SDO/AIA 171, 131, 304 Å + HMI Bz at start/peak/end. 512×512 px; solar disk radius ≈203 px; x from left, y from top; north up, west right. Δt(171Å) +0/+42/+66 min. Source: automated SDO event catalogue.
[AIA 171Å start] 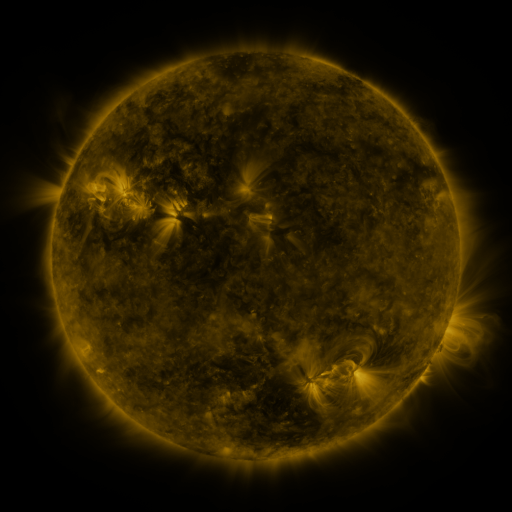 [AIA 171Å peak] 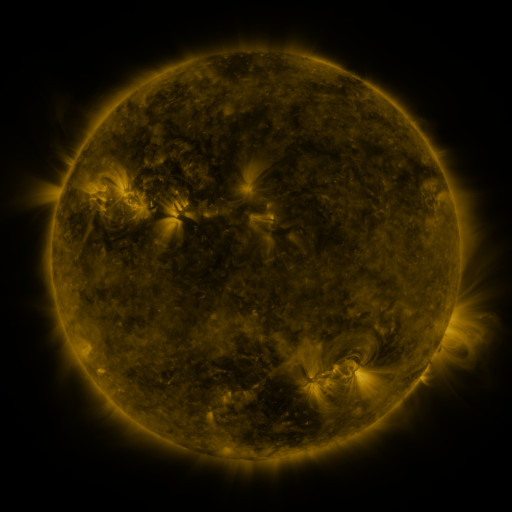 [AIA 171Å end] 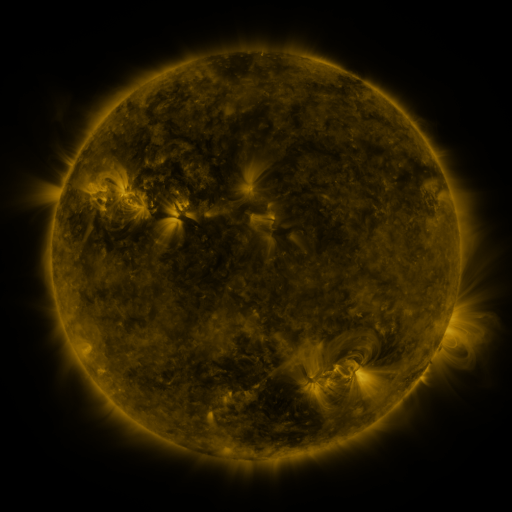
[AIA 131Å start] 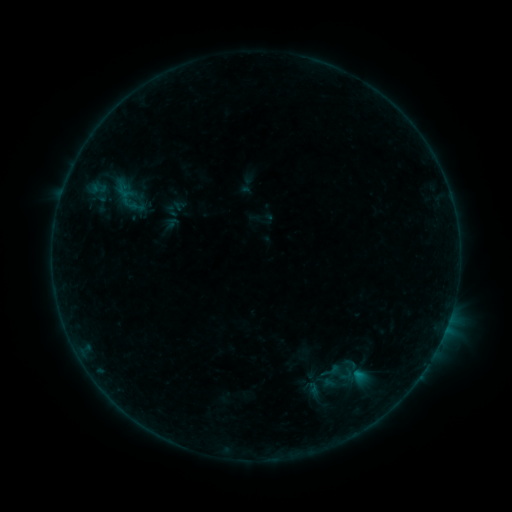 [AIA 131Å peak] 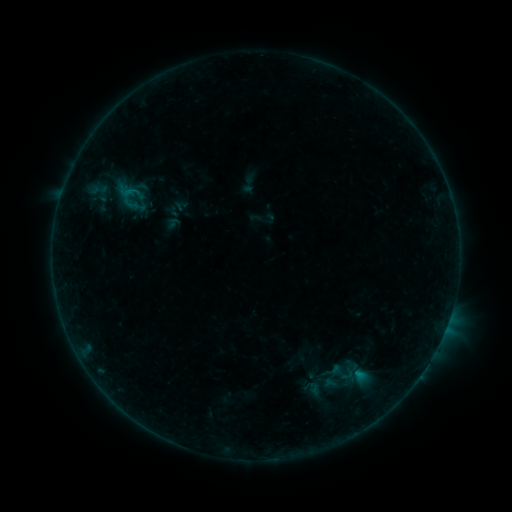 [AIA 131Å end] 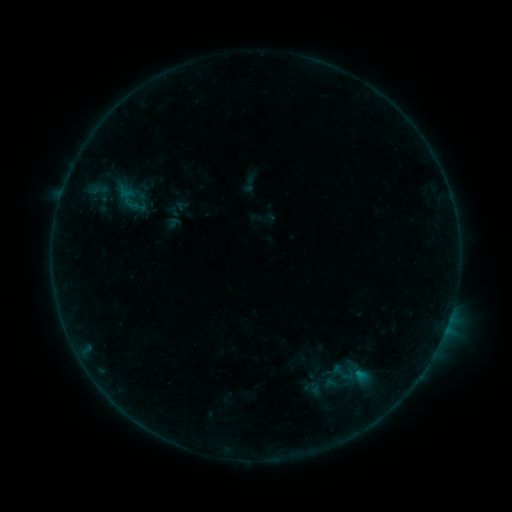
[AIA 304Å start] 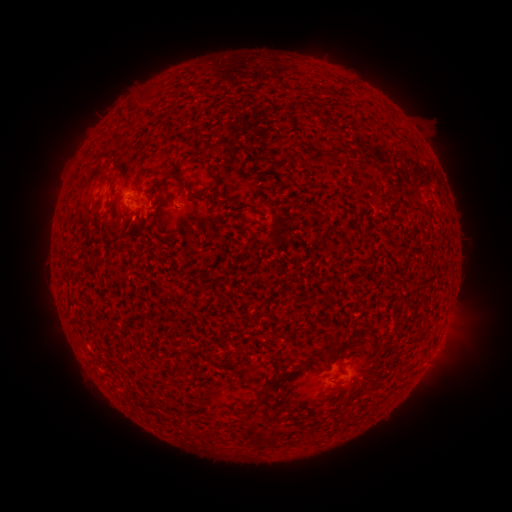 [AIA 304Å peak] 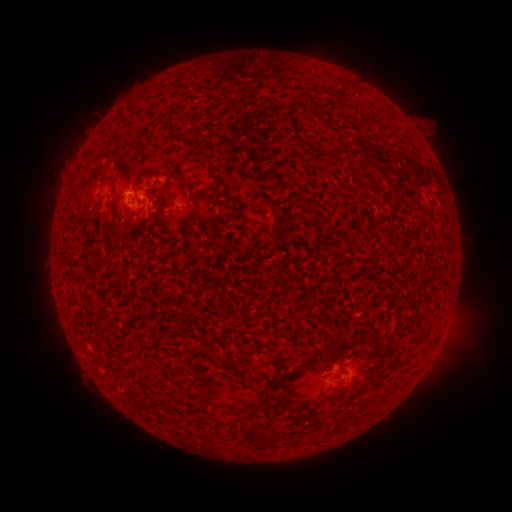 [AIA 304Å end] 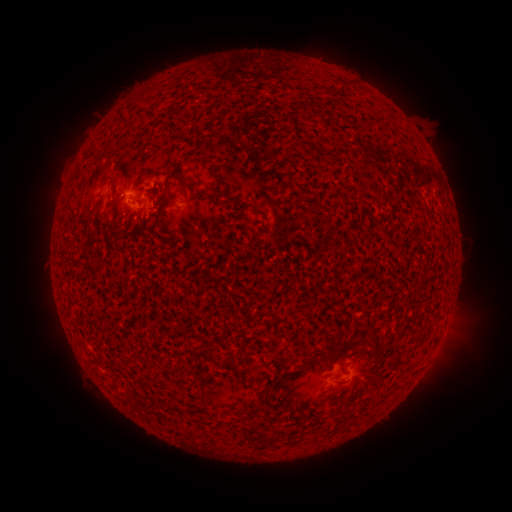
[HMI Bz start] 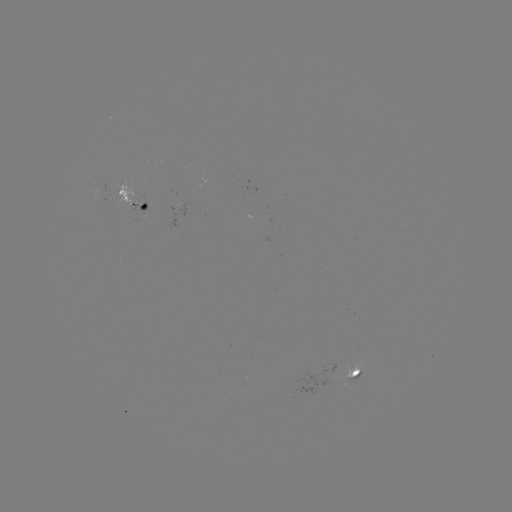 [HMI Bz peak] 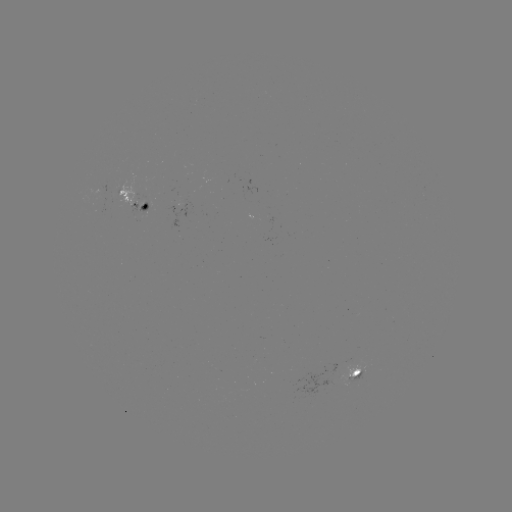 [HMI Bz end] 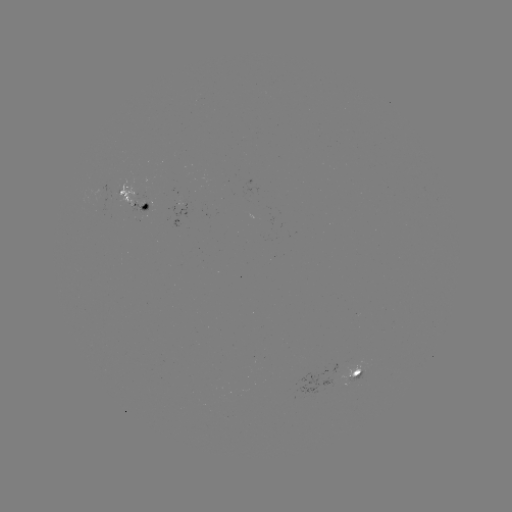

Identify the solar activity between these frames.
B4.1 flare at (438, 345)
